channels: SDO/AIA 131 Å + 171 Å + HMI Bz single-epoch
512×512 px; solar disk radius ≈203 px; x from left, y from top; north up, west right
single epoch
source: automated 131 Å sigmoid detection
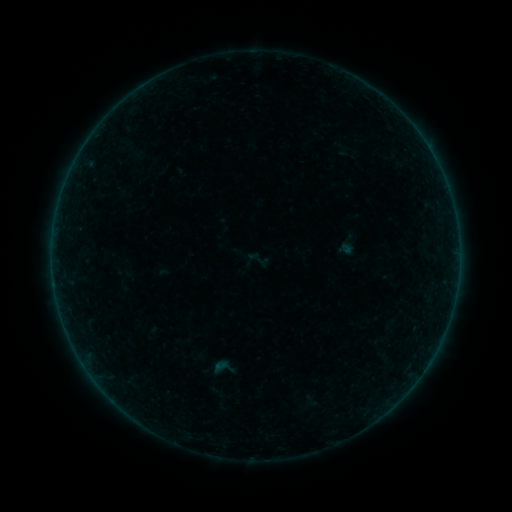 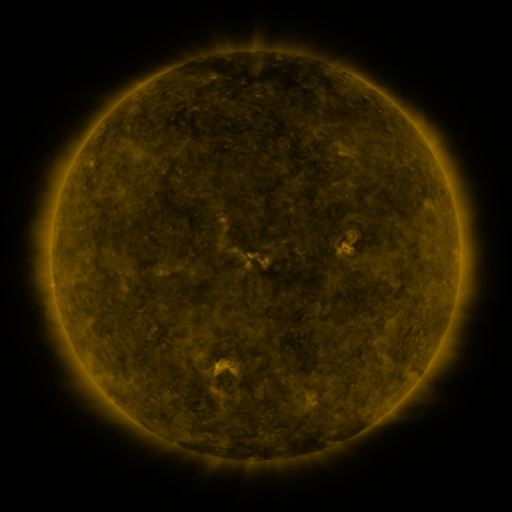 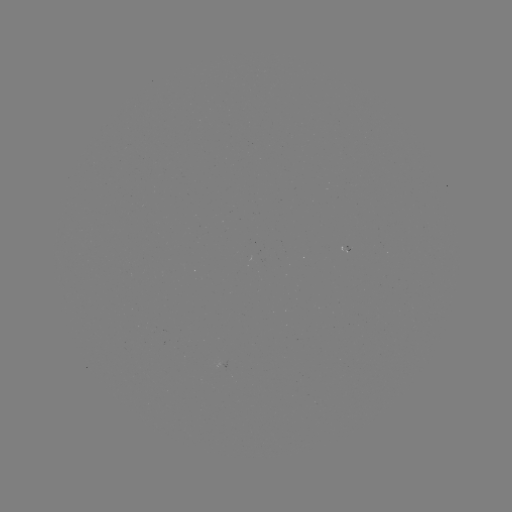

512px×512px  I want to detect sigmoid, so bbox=[242, 244, 273, 275].